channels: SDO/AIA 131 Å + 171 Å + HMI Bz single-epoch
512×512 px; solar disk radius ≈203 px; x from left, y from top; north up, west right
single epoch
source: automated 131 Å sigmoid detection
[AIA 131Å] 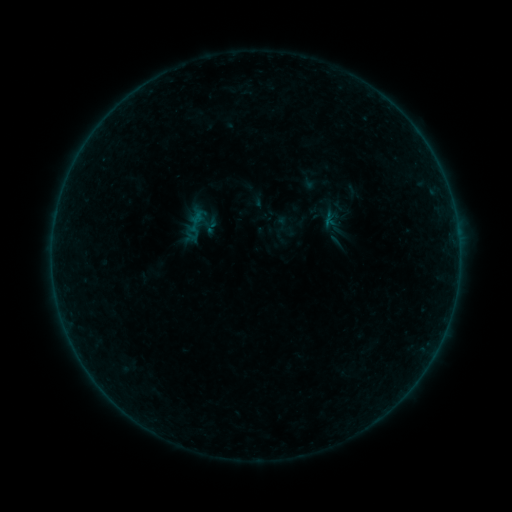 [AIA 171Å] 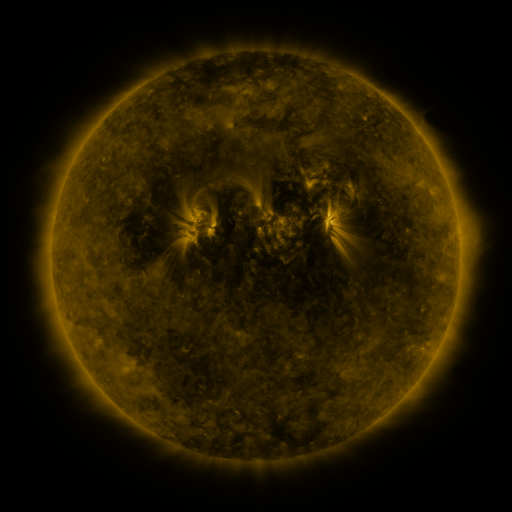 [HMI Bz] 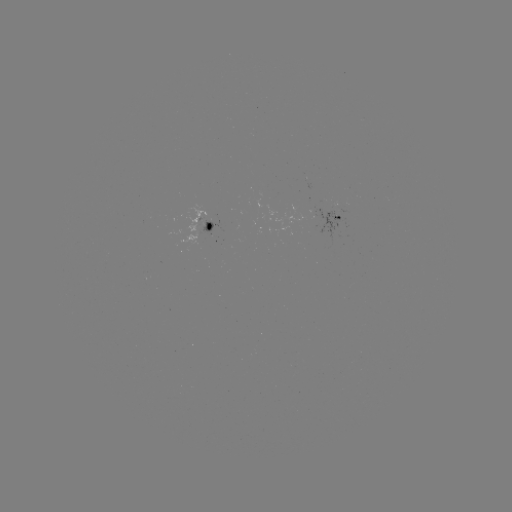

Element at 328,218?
sigmoid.